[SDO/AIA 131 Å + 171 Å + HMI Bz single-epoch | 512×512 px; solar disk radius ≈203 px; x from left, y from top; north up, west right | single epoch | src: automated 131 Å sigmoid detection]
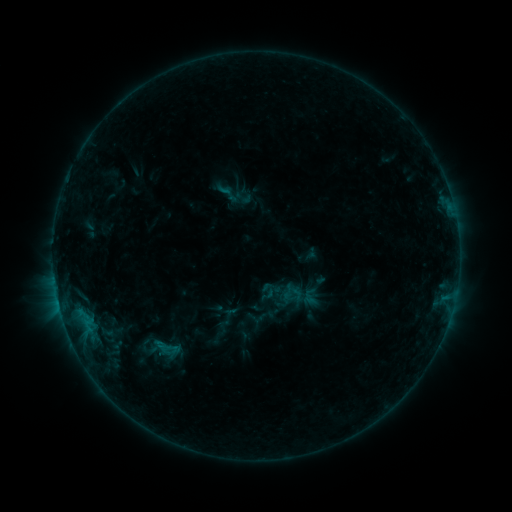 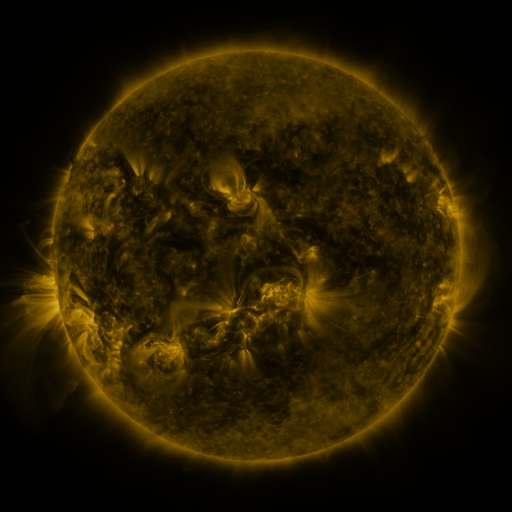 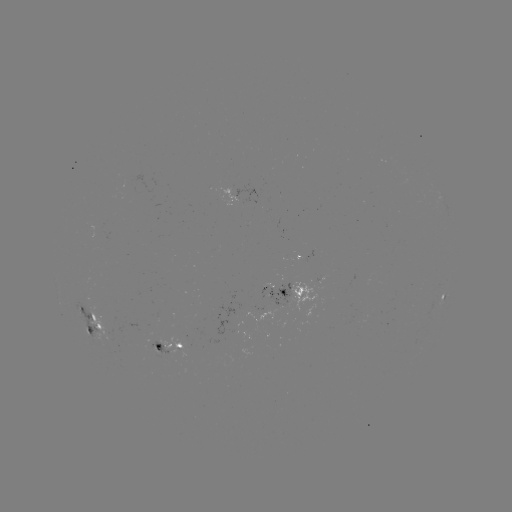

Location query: sigmoid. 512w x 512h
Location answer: [243, 197].